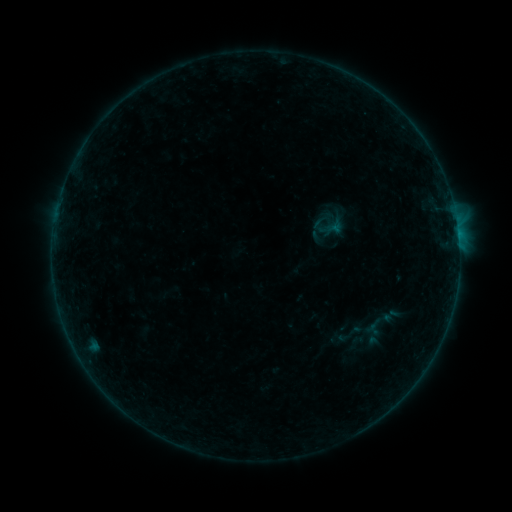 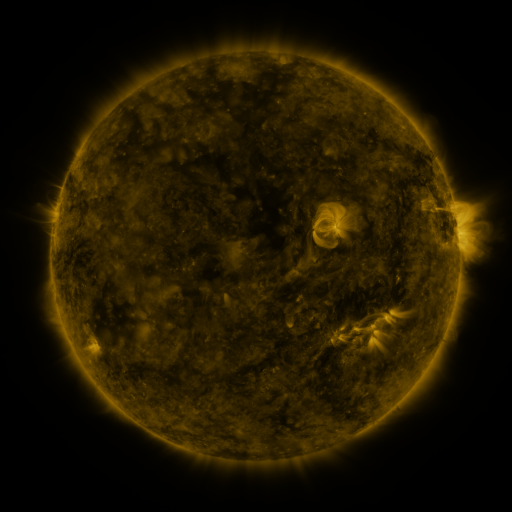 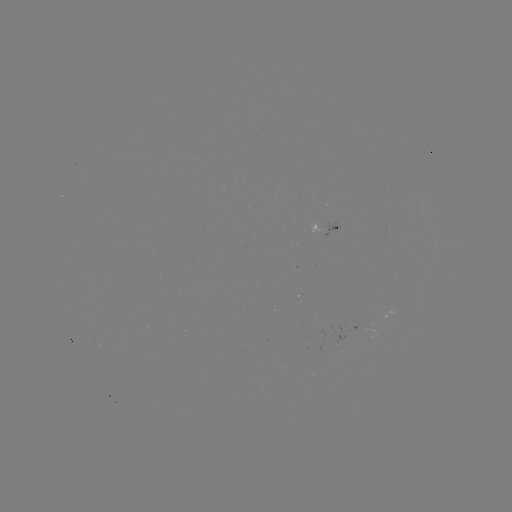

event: sigmoid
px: (350, 334)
